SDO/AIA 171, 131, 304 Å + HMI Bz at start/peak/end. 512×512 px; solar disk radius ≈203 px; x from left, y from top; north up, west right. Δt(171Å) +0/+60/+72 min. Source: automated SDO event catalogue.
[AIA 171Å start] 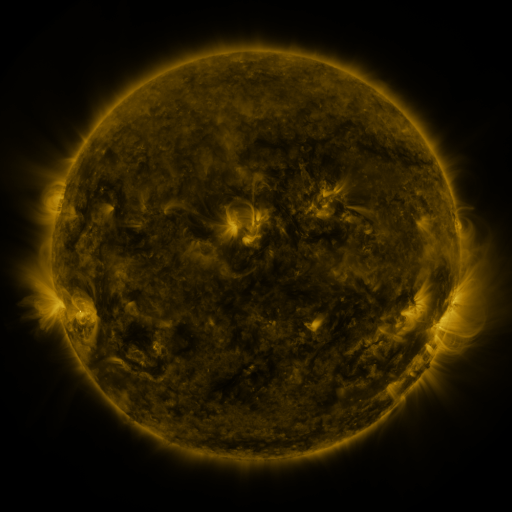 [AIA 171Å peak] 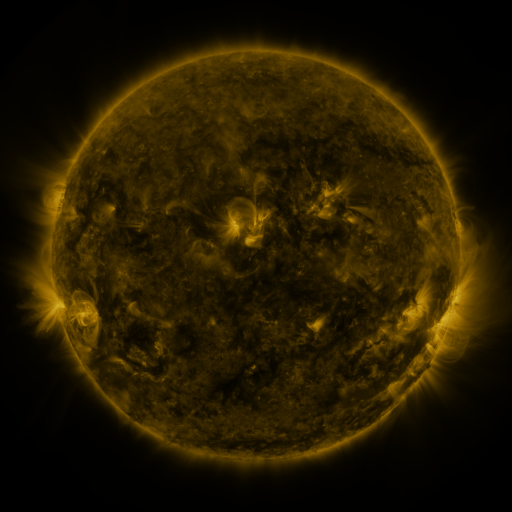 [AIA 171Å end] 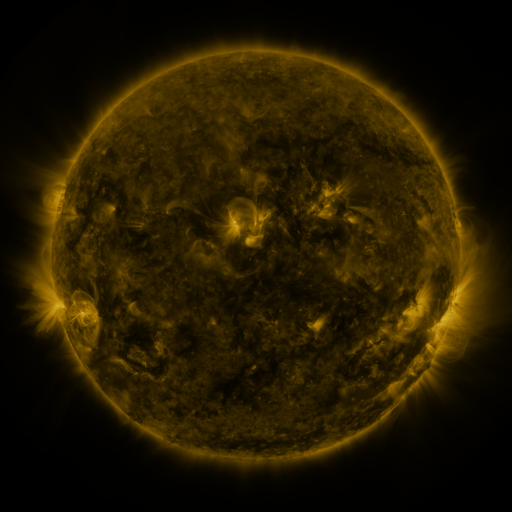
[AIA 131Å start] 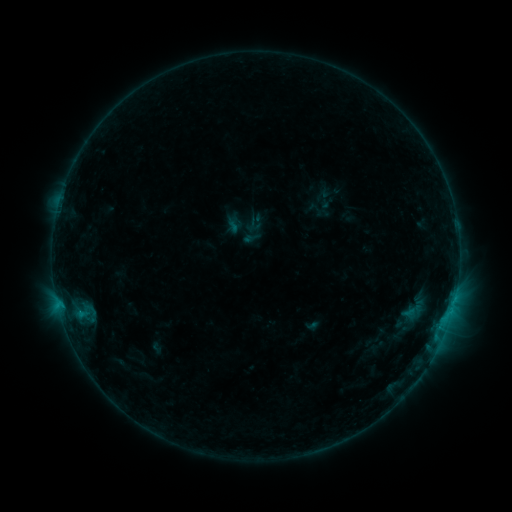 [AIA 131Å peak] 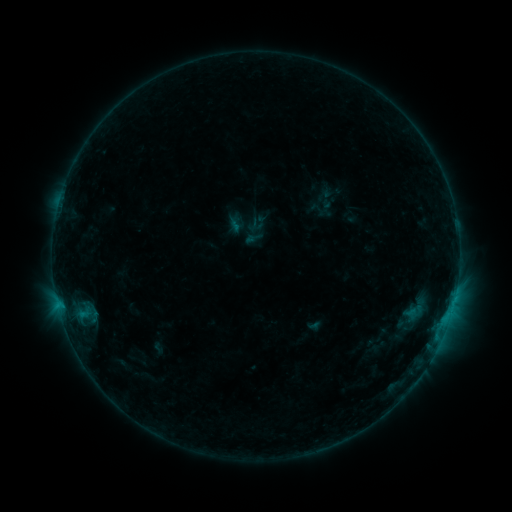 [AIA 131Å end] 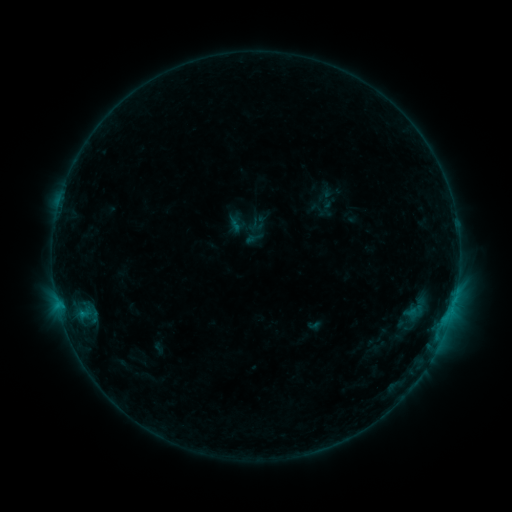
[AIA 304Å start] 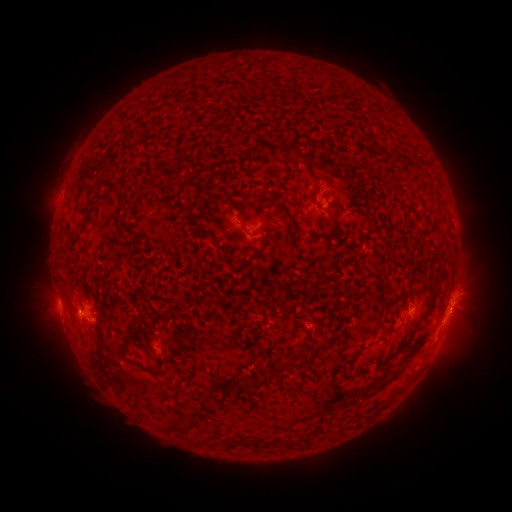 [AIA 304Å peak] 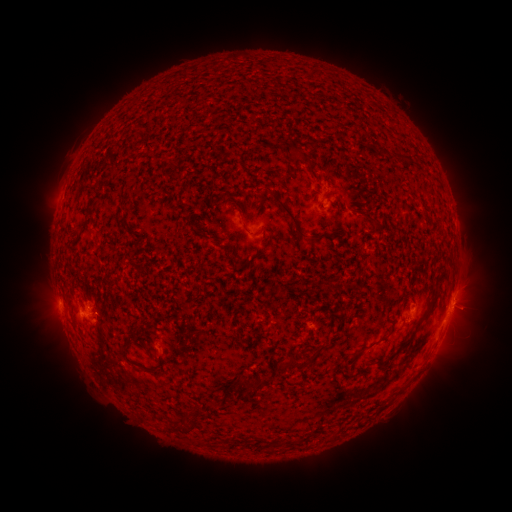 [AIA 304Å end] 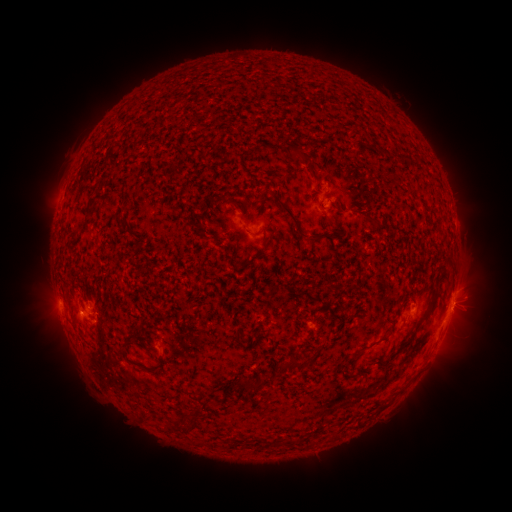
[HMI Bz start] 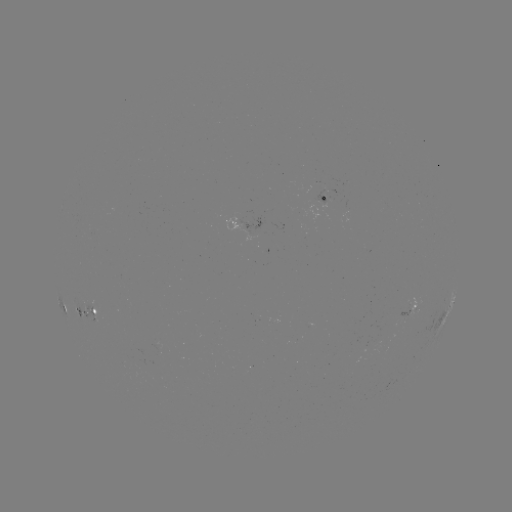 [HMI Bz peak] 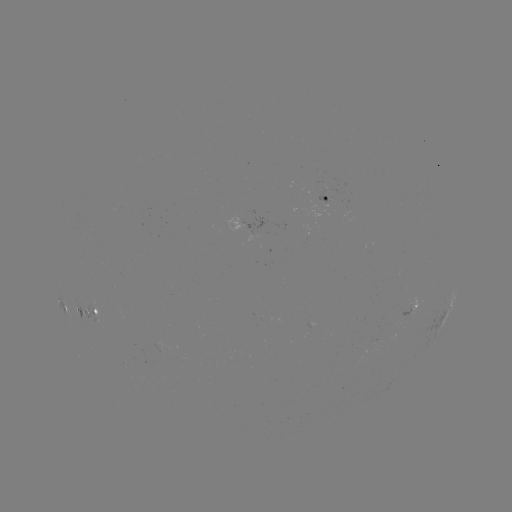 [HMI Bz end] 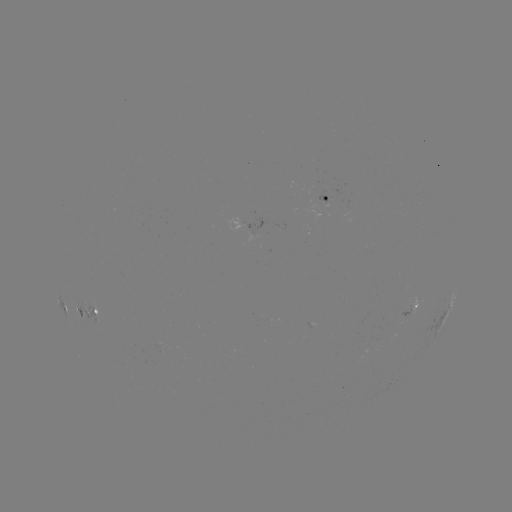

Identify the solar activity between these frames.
emerging-flux region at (416, 307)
